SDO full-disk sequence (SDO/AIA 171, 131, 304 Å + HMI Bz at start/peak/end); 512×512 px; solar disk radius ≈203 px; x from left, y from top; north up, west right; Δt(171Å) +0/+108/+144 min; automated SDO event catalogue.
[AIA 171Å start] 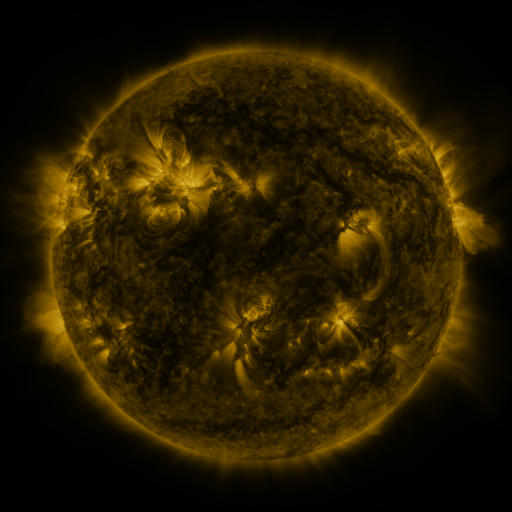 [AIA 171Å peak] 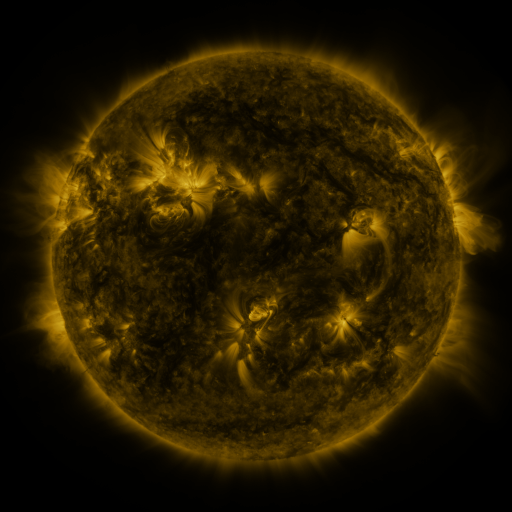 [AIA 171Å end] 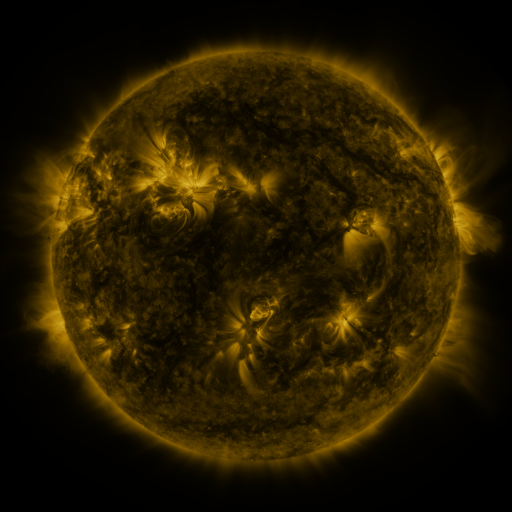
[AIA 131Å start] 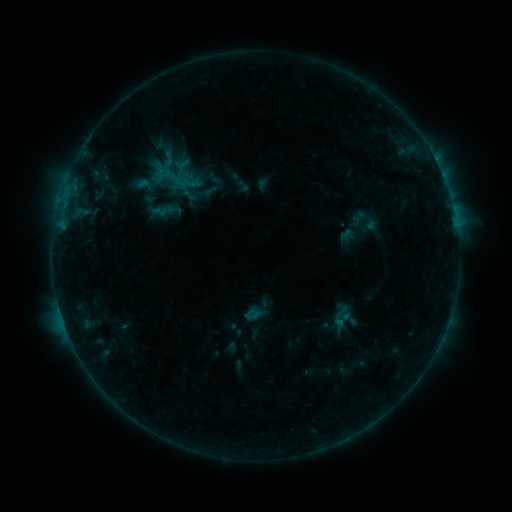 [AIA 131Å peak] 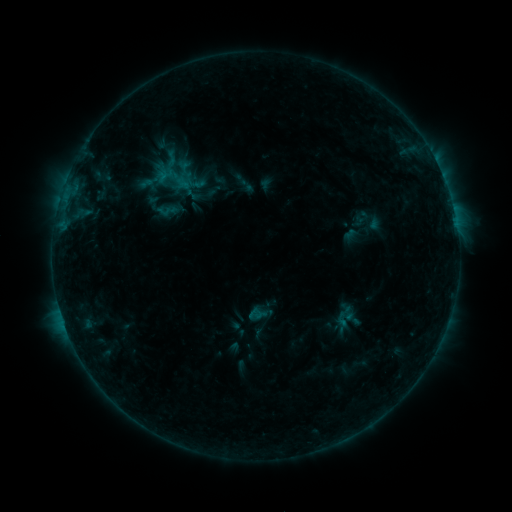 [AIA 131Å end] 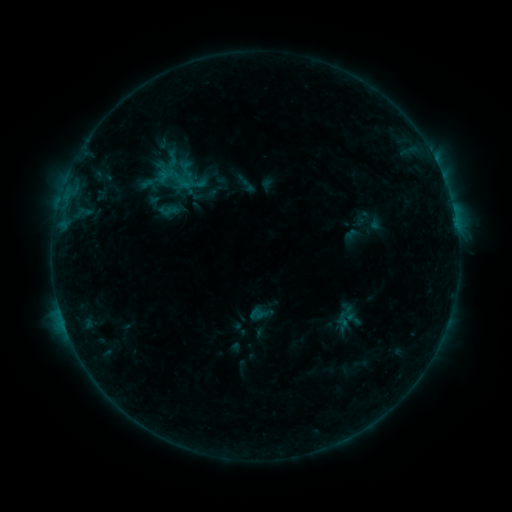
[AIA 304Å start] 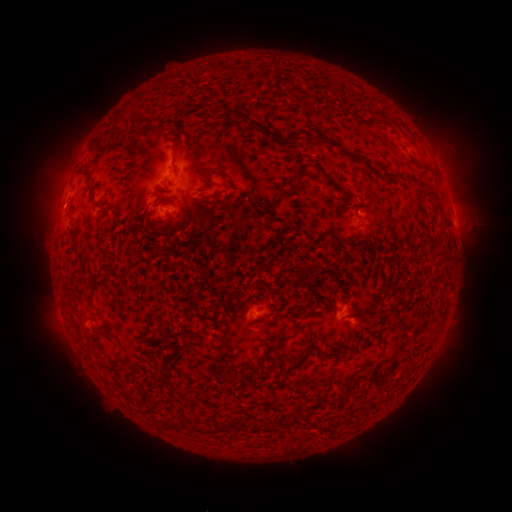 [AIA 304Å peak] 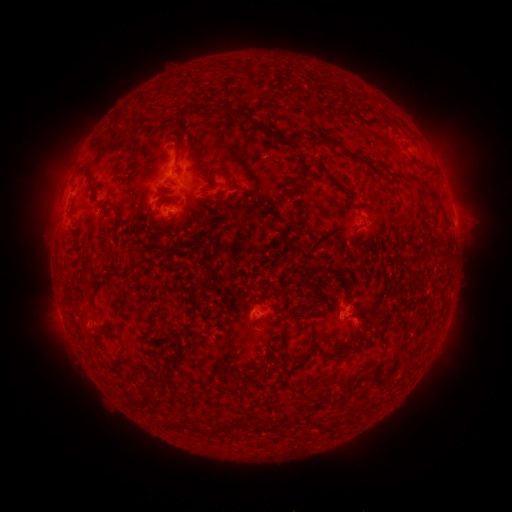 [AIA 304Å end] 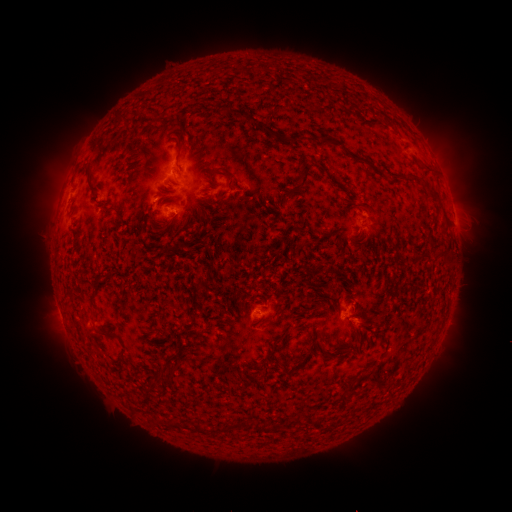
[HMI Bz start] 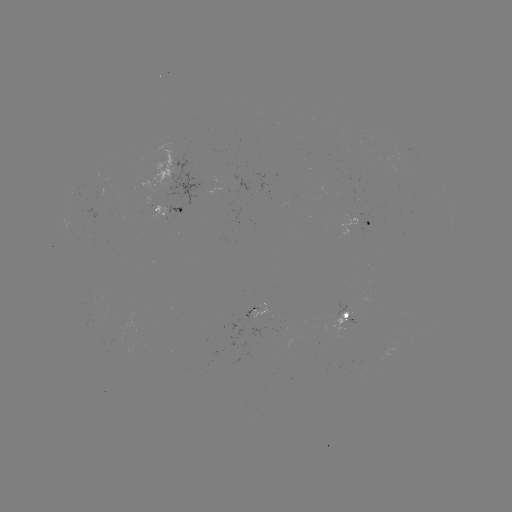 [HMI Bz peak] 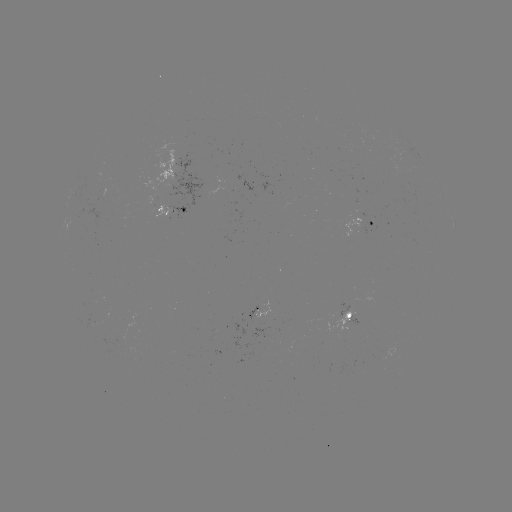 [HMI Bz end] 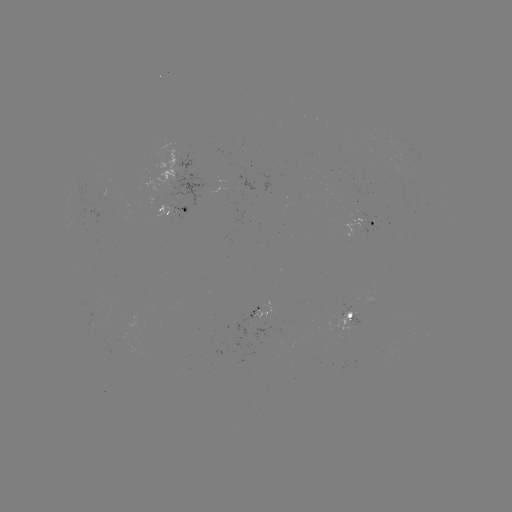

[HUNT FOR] emerging-flux region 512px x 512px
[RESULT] [269, 307]